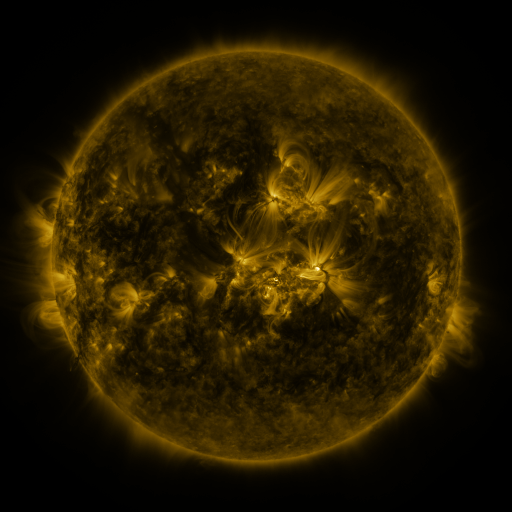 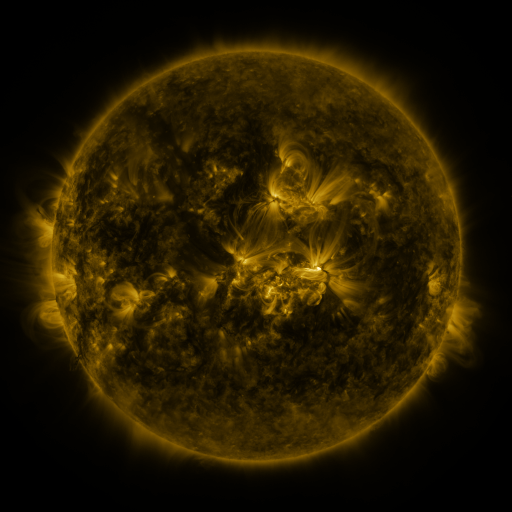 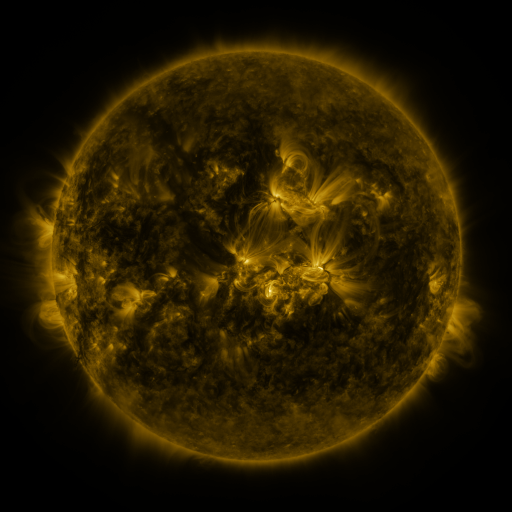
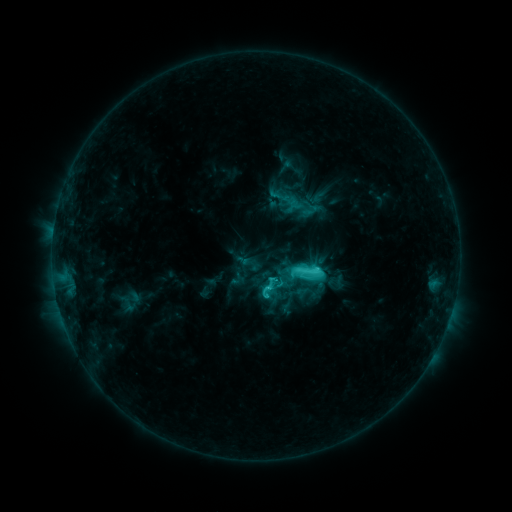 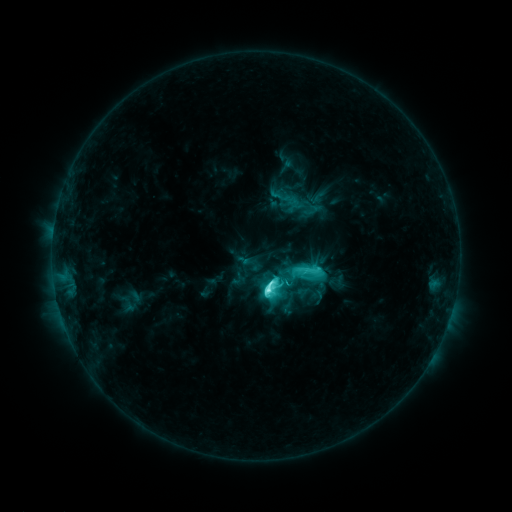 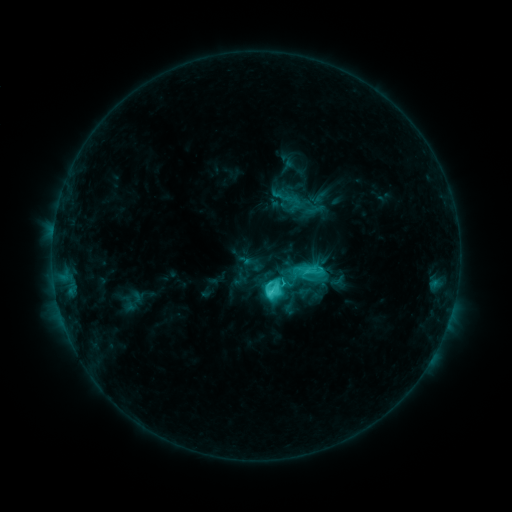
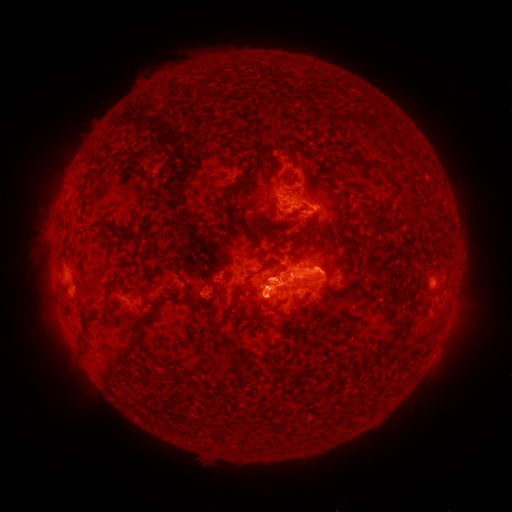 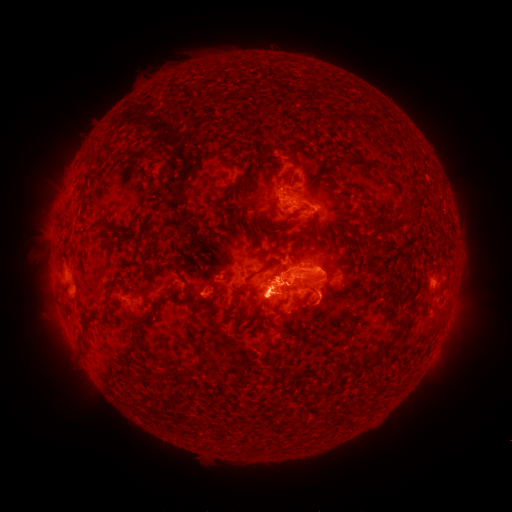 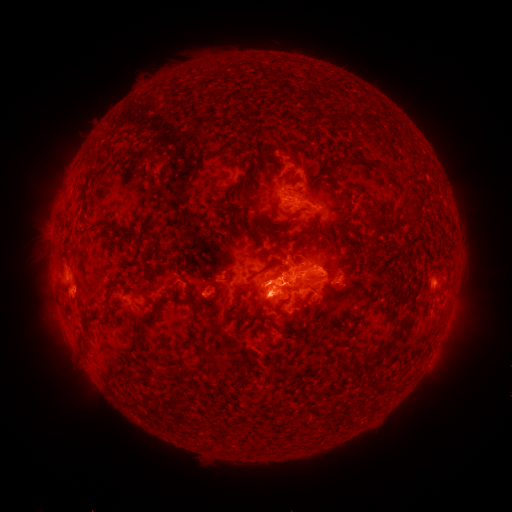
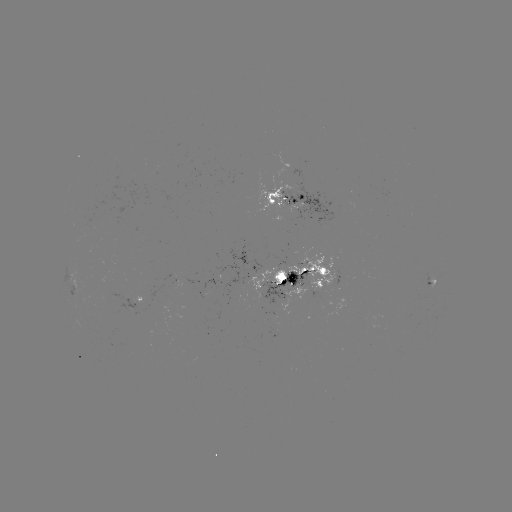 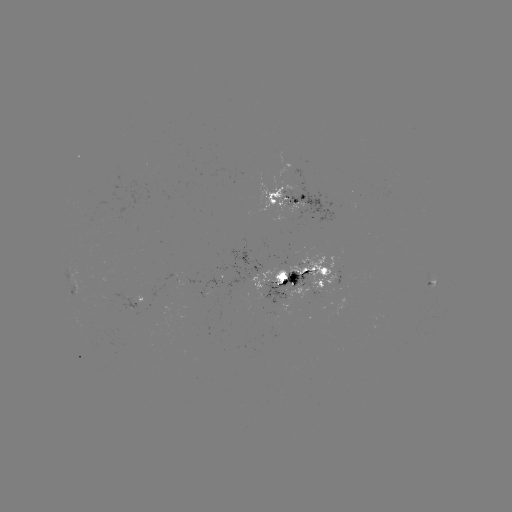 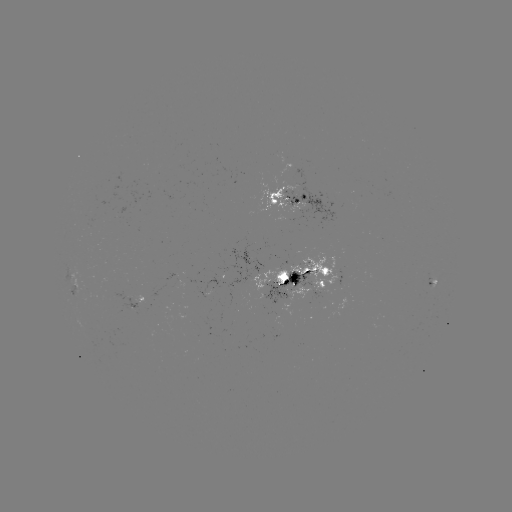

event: flare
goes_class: M1.2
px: (266, 287)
